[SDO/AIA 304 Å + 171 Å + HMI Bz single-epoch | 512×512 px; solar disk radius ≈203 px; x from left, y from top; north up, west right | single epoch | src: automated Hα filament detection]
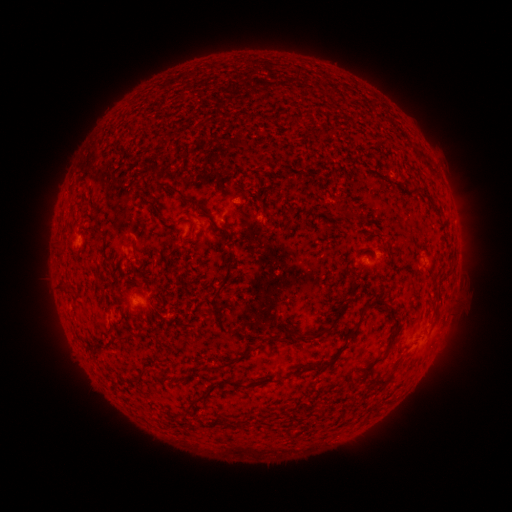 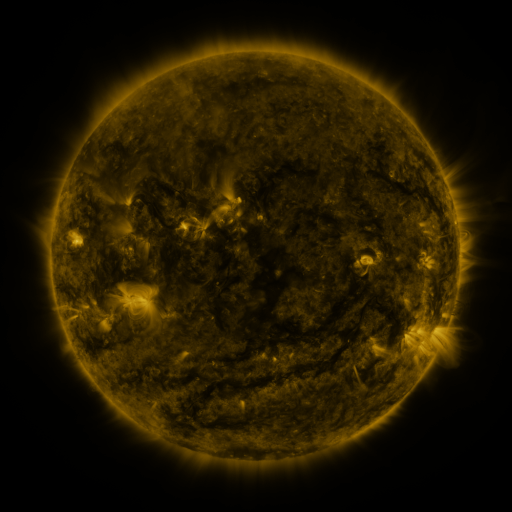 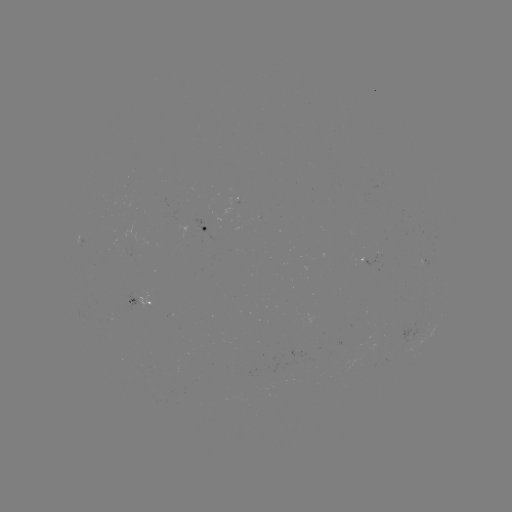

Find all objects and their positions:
filament: (373, 101, 403, 131)
filament: (165, 185, 201, 209)
filament: (334, 208, 347, 216)
filament: (215, 226, 232, 243)
filament: (215, 254, 236, 295)
filament: (59, 282, 68, 293)
filament: (362, 296, 385, 312)
filament: (312, 301, 346, 338)
filament: (212, 305, 222, 315)
filament: (266, 330, 309, 341)
filament: (84, 343, 106, 354)
filament: (219, 351, 248, 369)
filament: (290, 357, 336, 376)
filament: (260, 375, 276, 383)
filament: (186, 394, 206, 412)
